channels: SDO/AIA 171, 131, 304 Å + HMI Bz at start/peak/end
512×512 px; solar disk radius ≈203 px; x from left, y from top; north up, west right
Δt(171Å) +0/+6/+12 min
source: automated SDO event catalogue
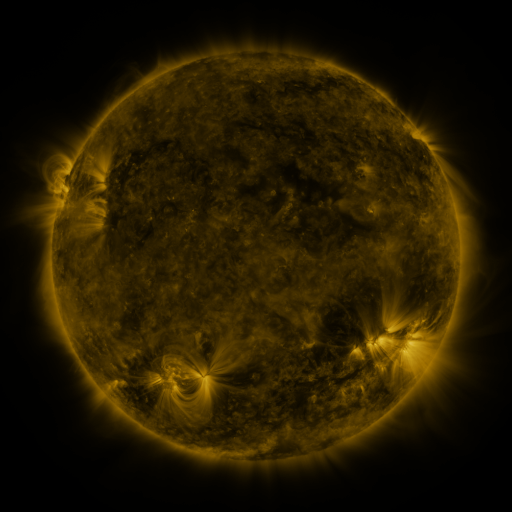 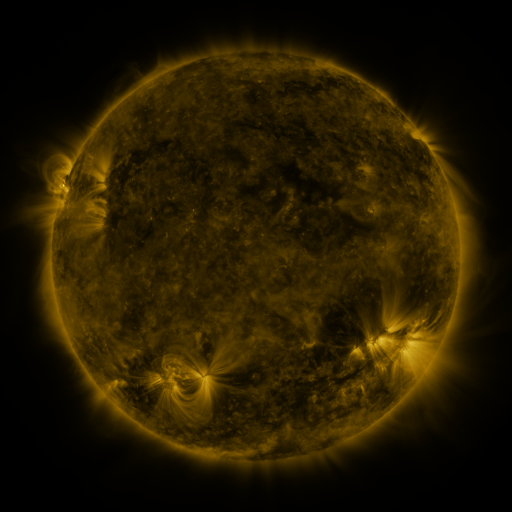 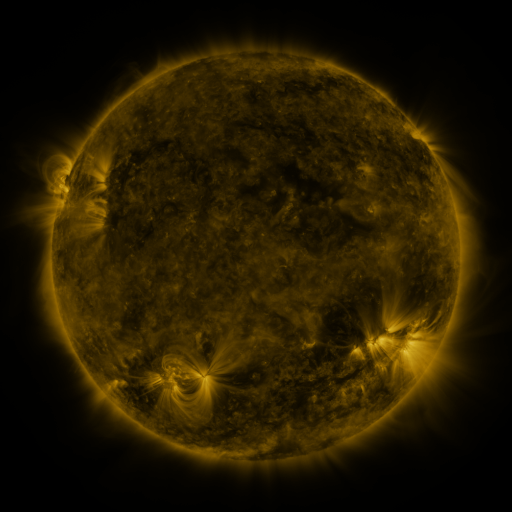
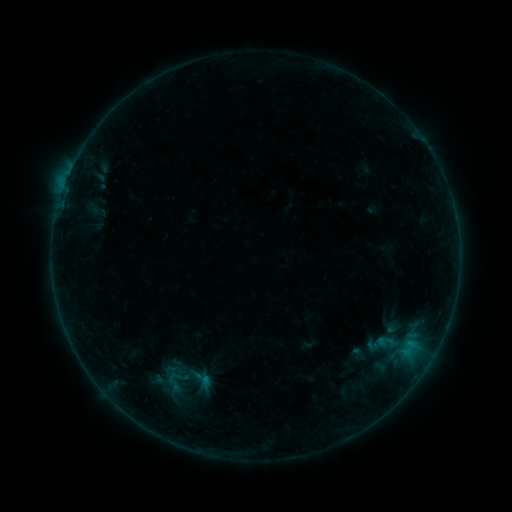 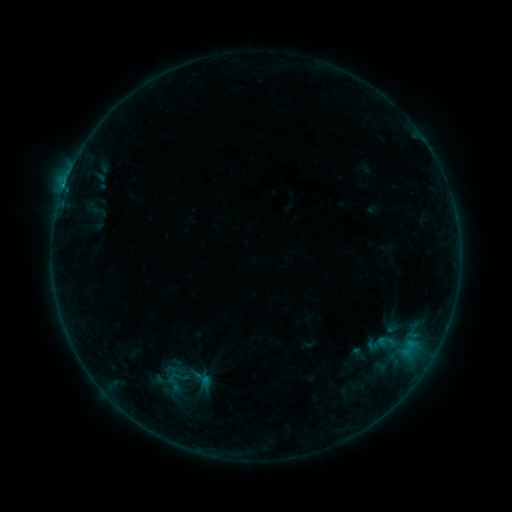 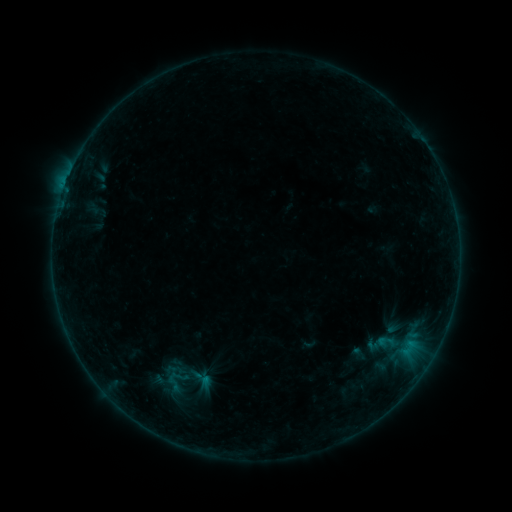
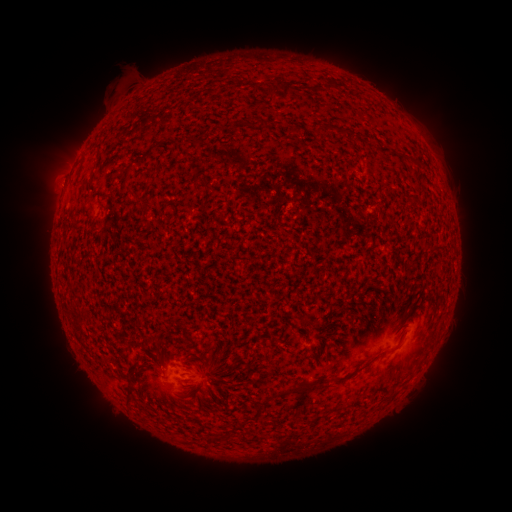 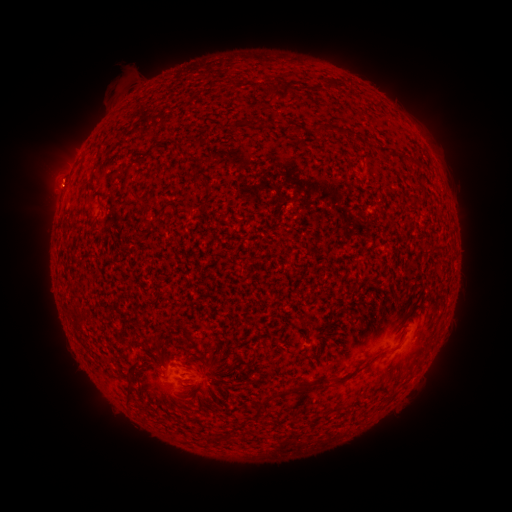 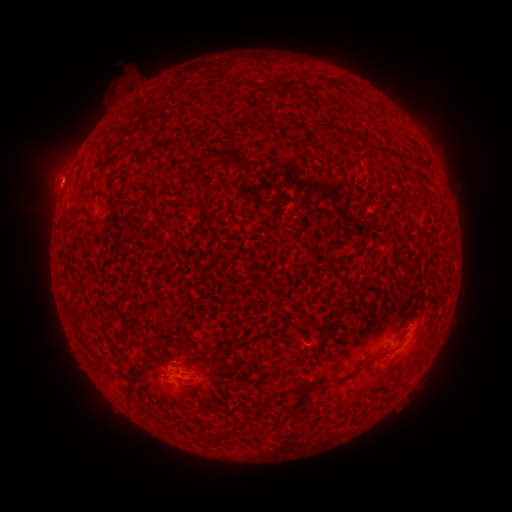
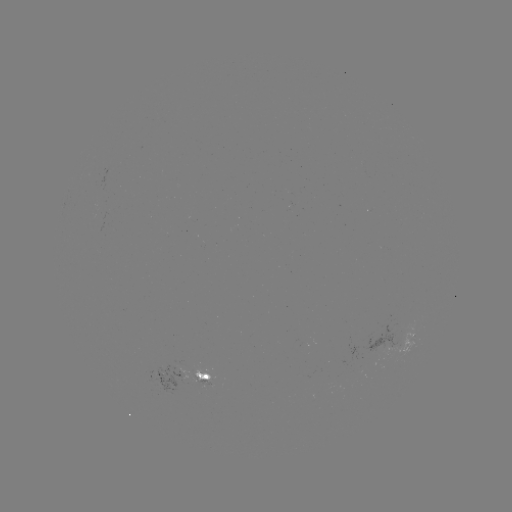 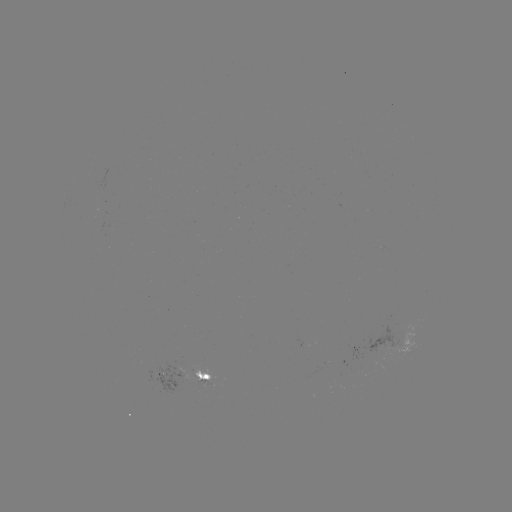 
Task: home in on B8.2 flare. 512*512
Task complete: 64,191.